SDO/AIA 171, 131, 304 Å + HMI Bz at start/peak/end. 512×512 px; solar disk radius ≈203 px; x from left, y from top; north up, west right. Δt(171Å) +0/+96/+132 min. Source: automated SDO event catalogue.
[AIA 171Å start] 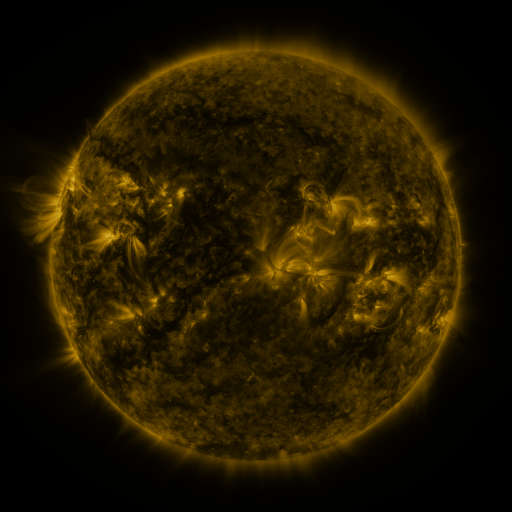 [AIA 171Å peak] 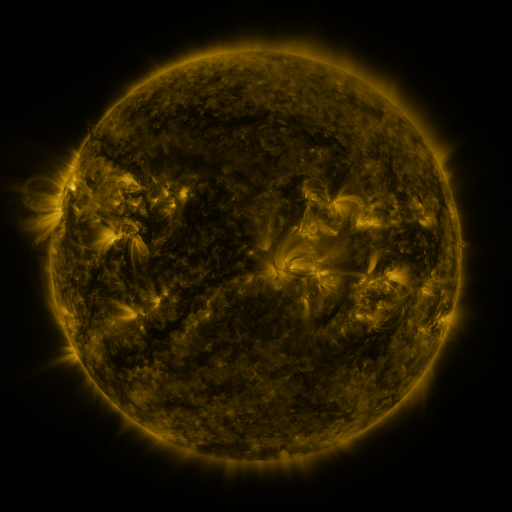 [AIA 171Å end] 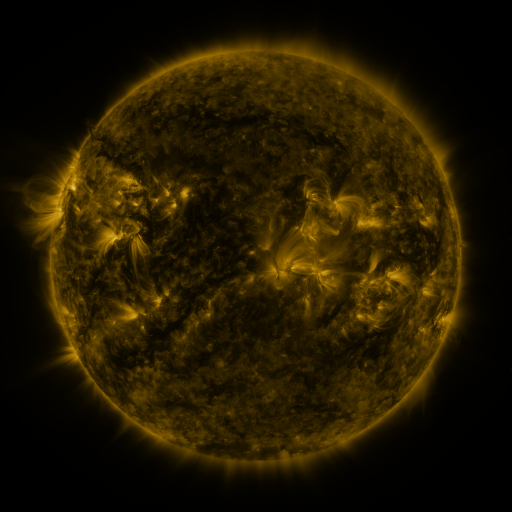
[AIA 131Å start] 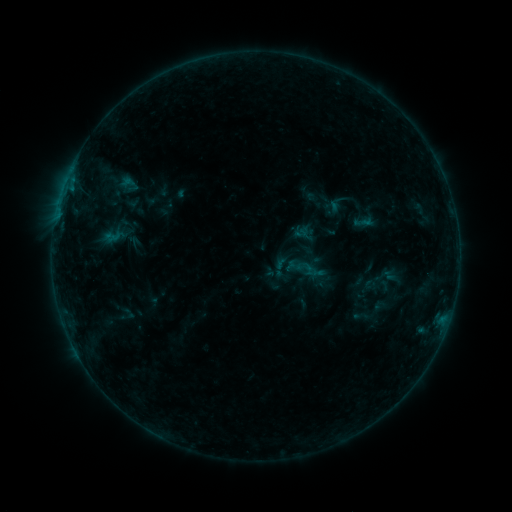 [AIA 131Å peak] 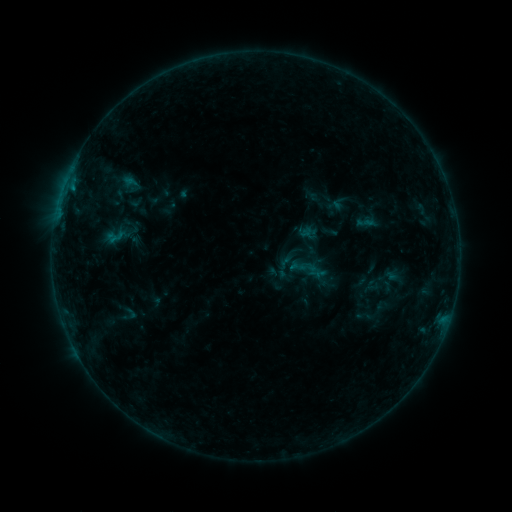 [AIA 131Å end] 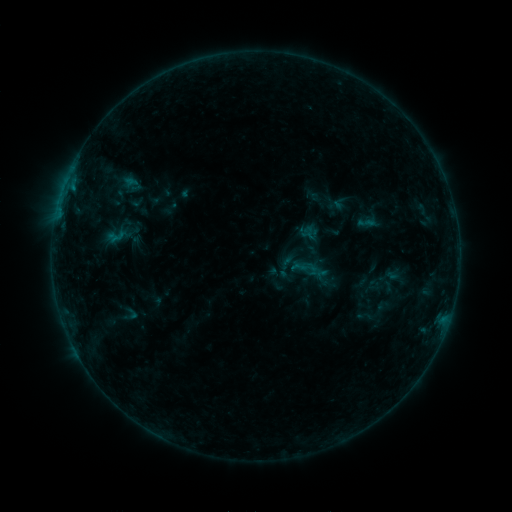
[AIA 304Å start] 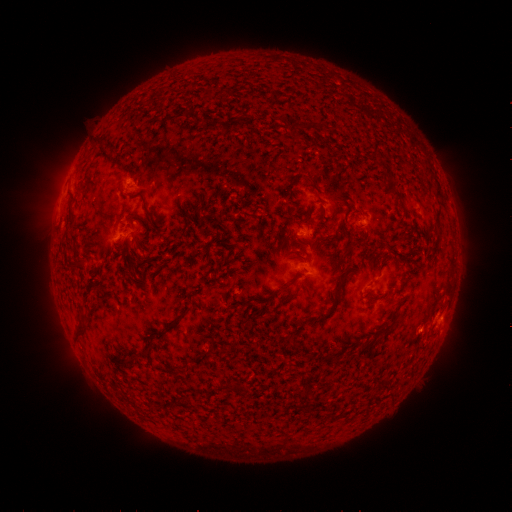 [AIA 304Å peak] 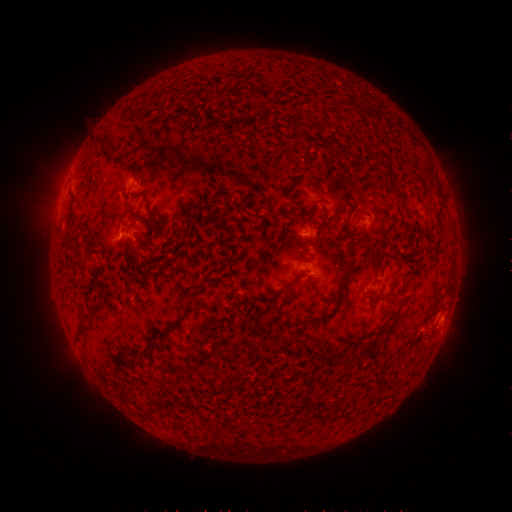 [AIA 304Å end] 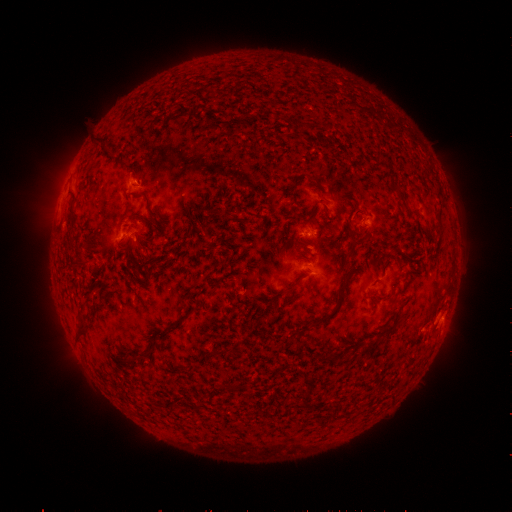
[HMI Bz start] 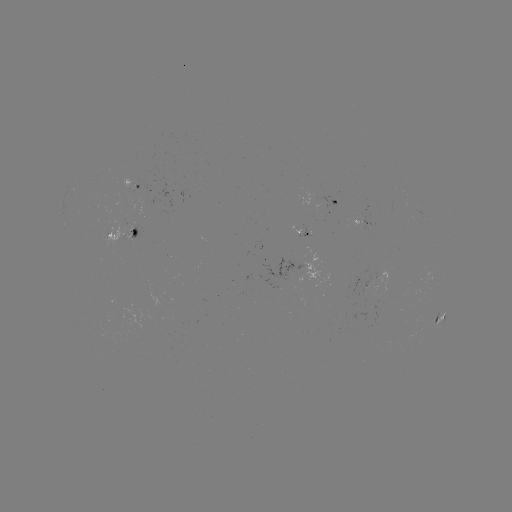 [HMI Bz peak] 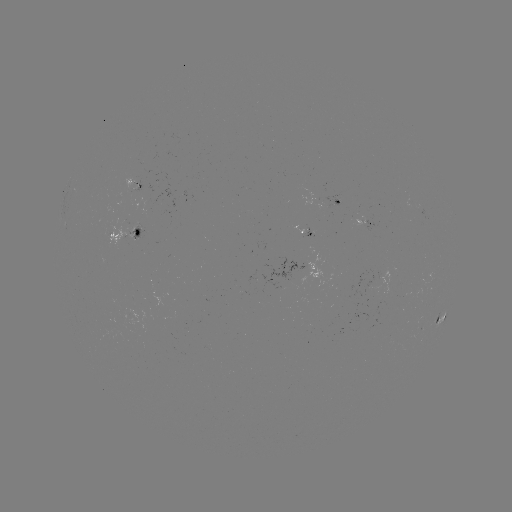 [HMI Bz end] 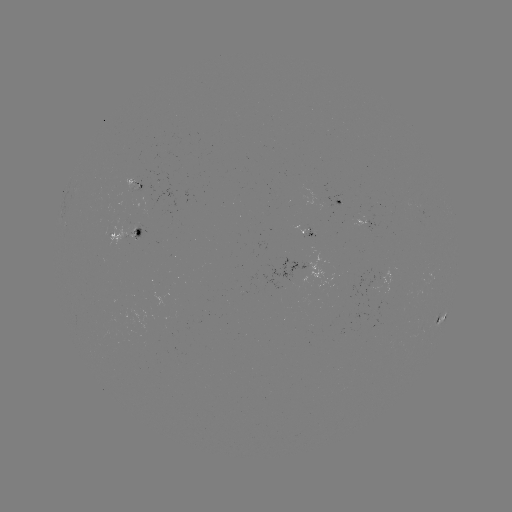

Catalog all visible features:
emerging-flux region: (133, 184)
